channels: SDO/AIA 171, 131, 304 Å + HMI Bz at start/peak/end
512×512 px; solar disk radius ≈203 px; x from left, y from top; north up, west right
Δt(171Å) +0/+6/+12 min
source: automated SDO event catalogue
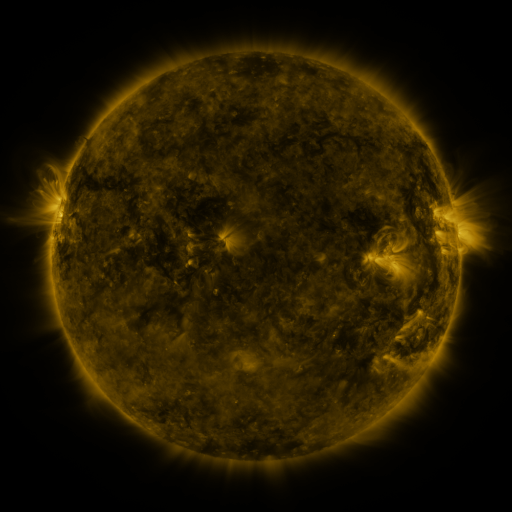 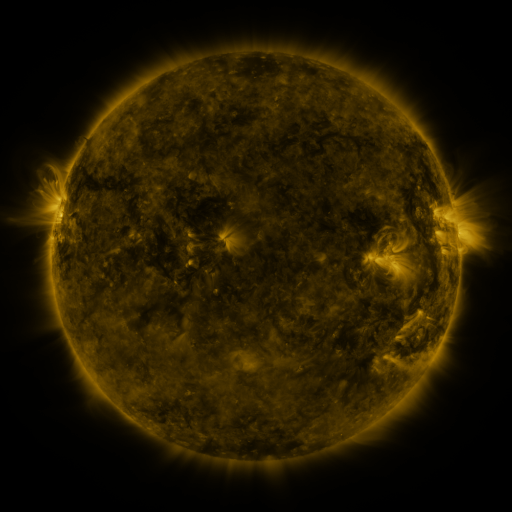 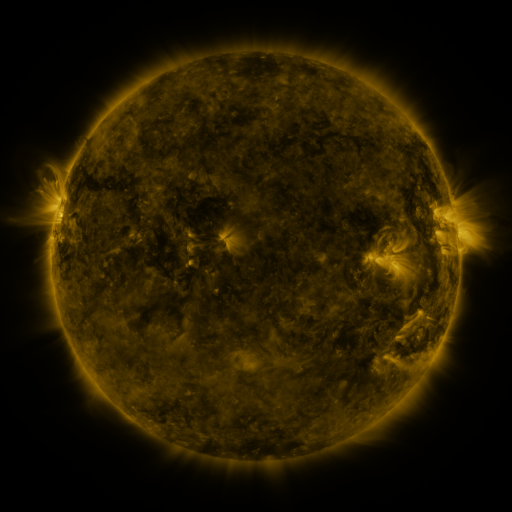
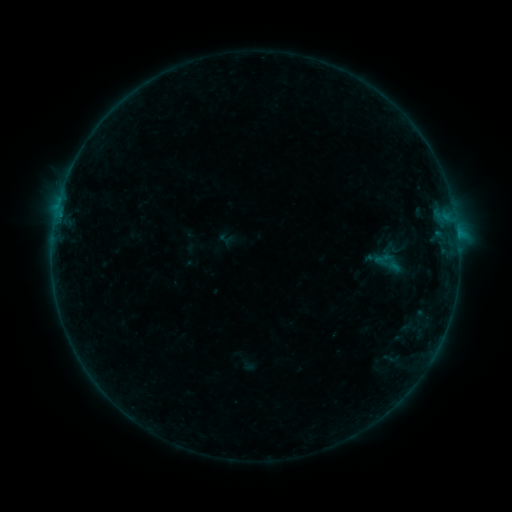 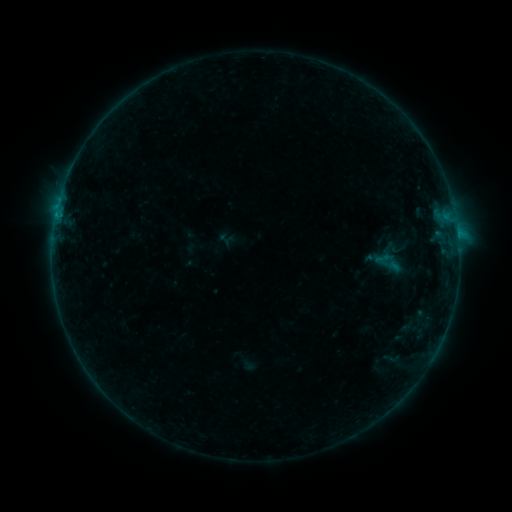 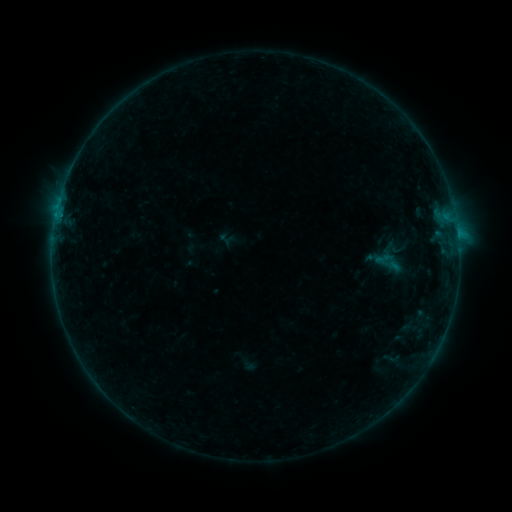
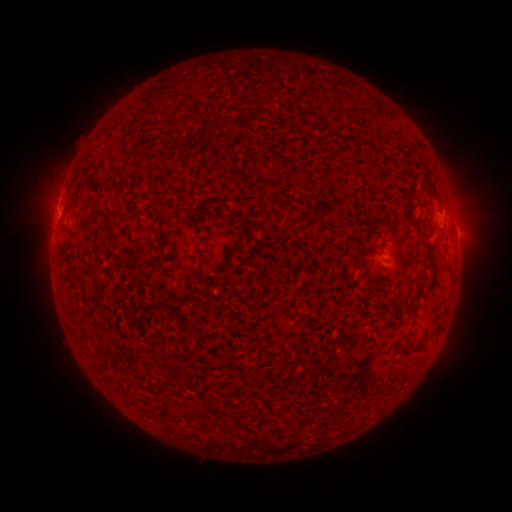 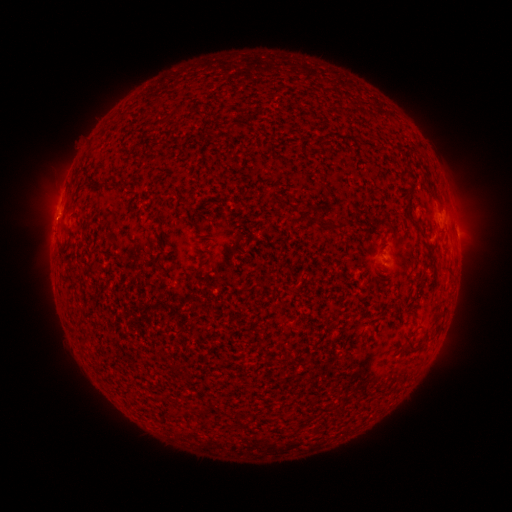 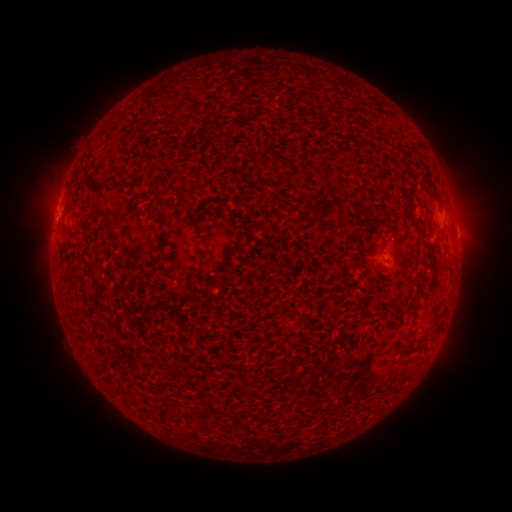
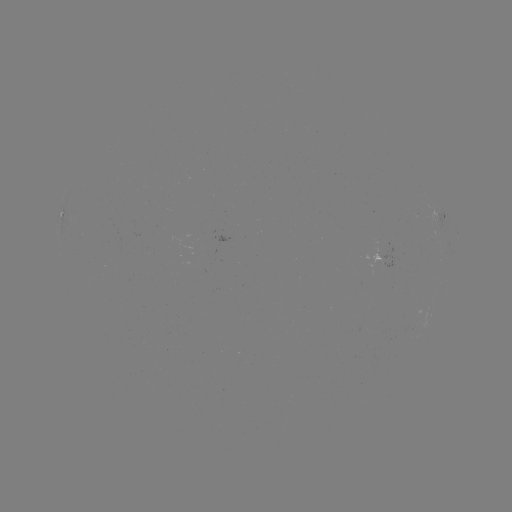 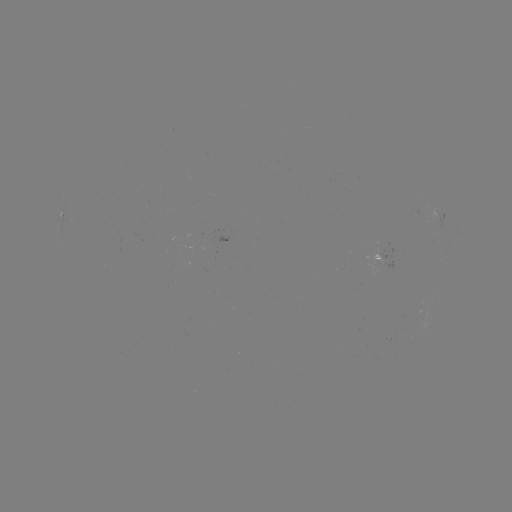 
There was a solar flare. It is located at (56, 218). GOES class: B2.3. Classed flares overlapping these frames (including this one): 1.